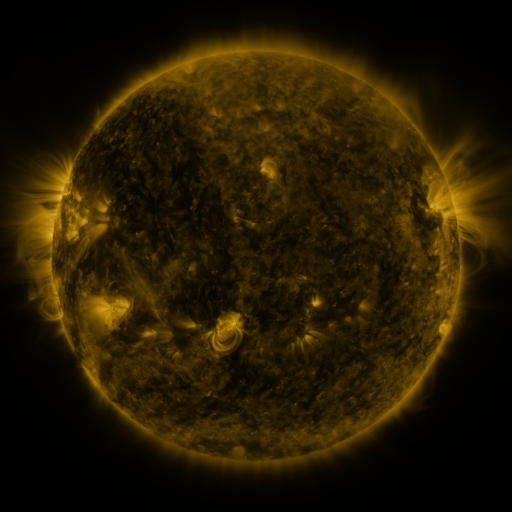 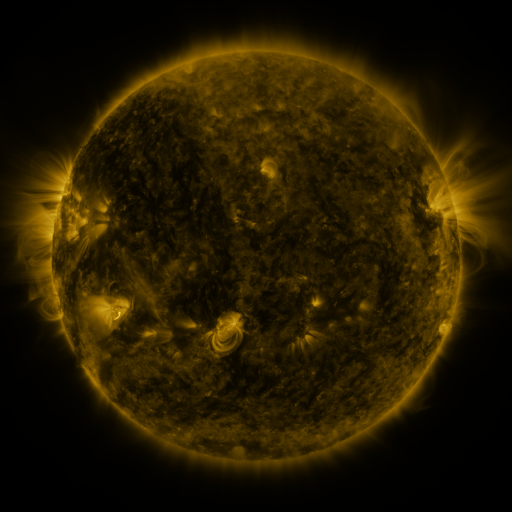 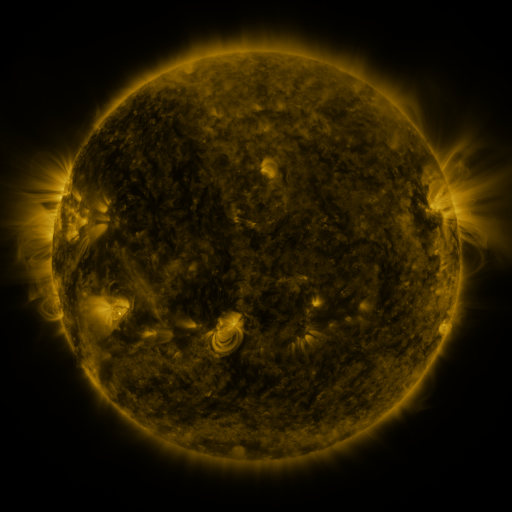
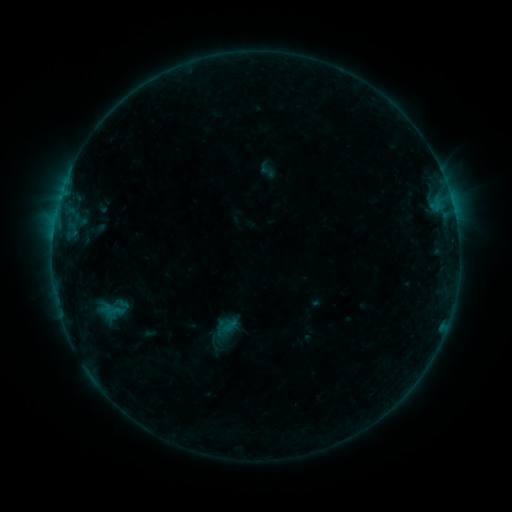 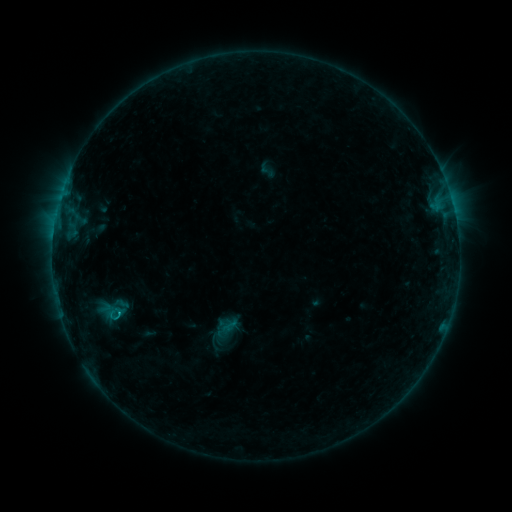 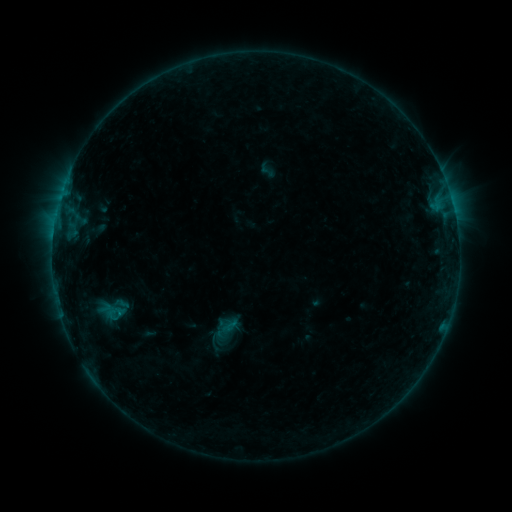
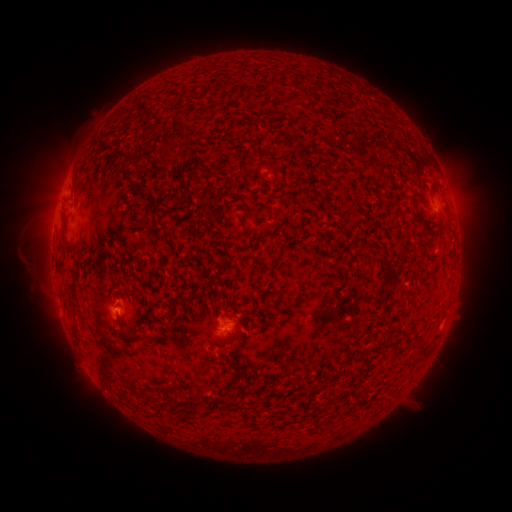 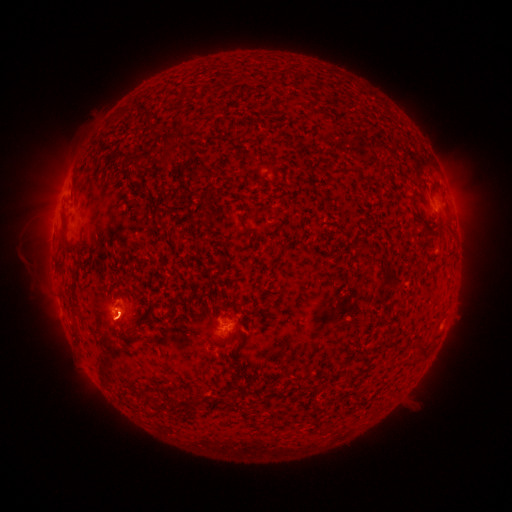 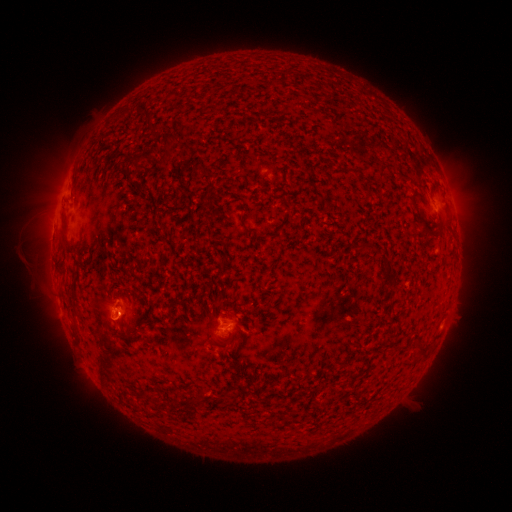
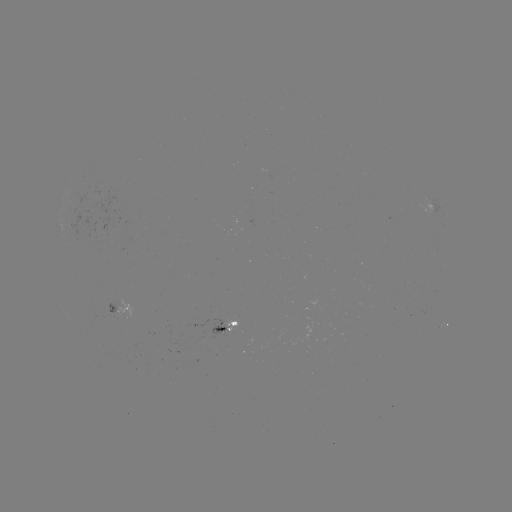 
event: flare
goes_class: B4.0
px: (120, 311)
